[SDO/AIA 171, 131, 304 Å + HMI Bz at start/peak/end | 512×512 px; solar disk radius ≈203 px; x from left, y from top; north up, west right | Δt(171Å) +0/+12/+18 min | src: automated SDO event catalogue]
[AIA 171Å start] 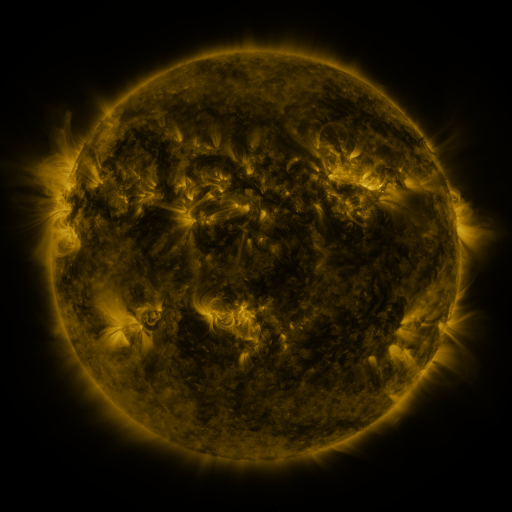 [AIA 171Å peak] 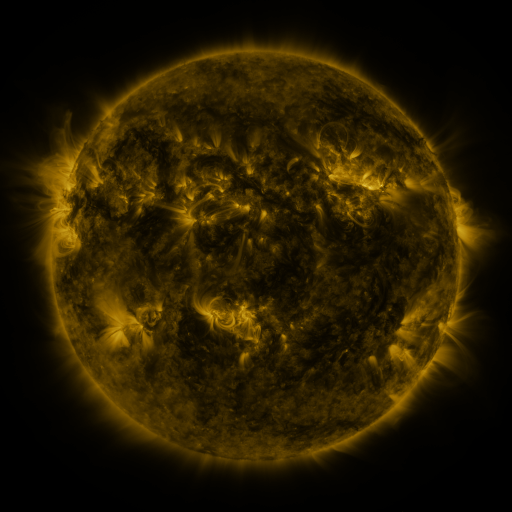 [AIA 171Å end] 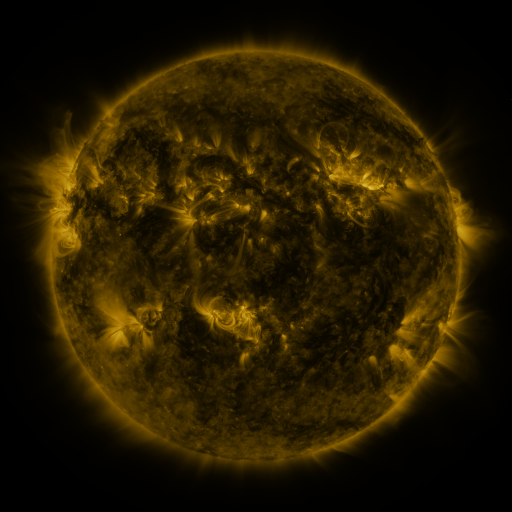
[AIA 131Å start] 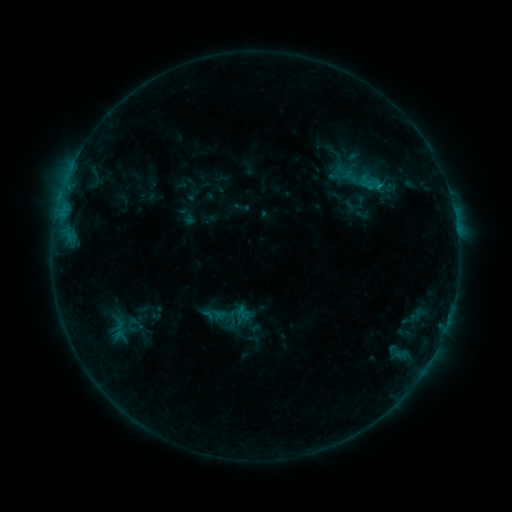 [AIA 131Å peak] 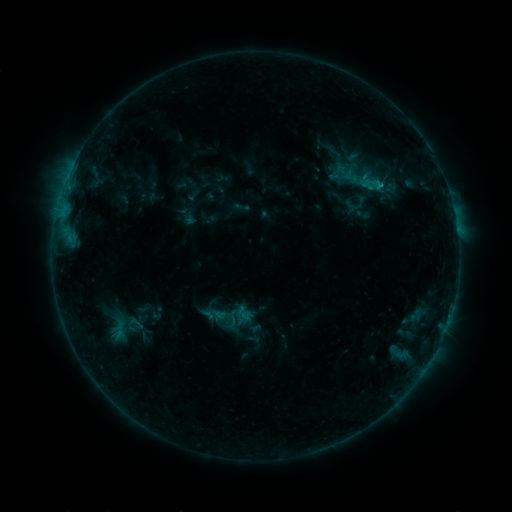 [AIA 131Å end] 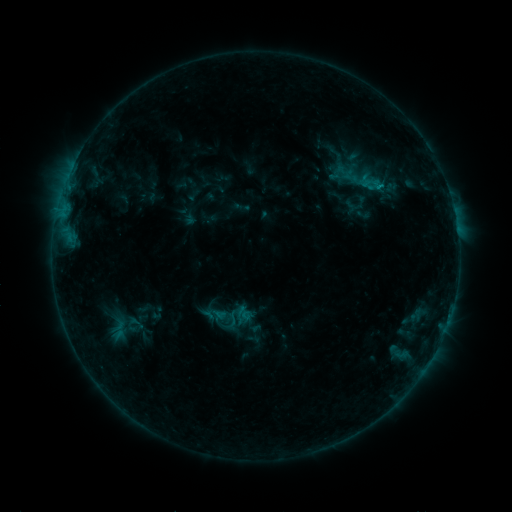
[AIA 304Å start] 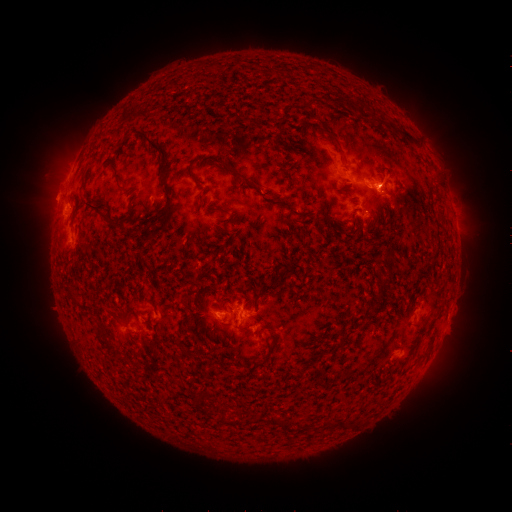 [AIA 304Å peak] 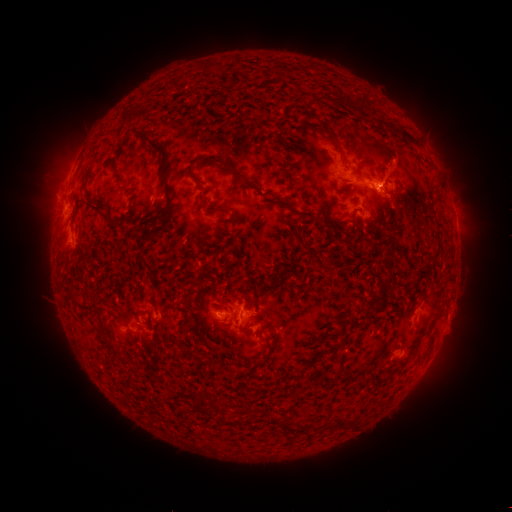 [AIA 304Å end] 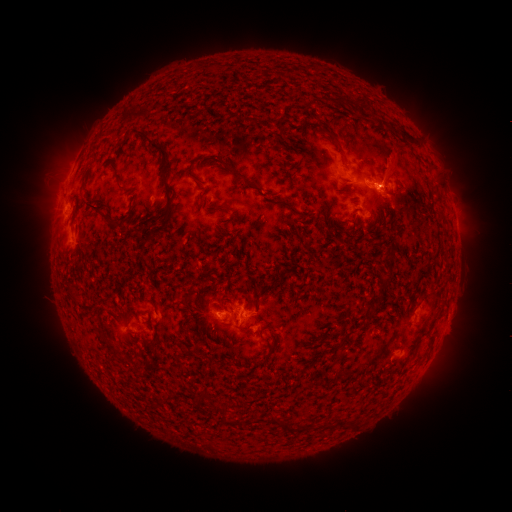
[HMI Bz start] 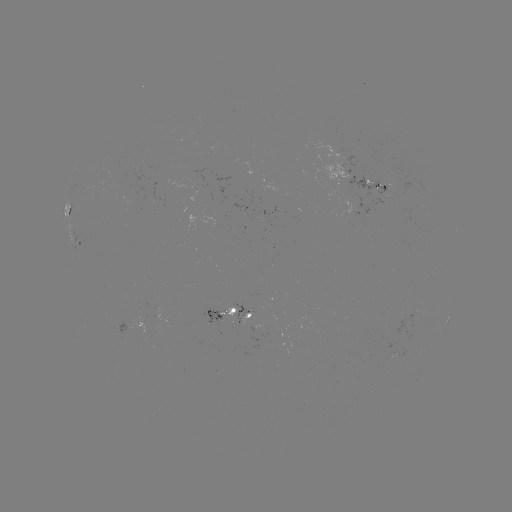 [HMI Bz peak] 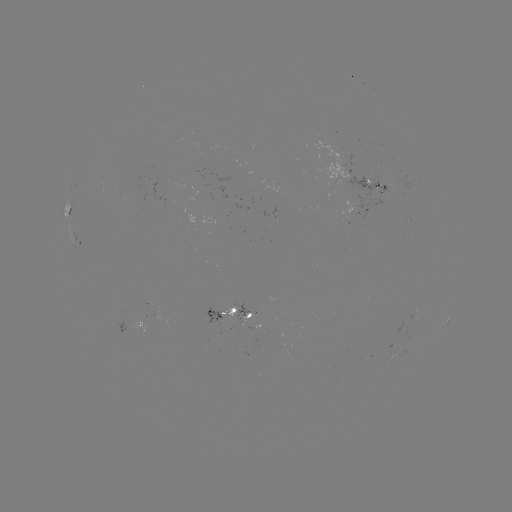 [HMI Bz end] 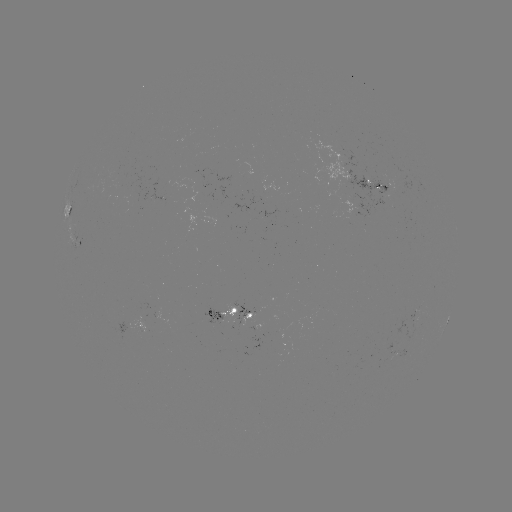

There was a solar eruption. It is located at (392, 158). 